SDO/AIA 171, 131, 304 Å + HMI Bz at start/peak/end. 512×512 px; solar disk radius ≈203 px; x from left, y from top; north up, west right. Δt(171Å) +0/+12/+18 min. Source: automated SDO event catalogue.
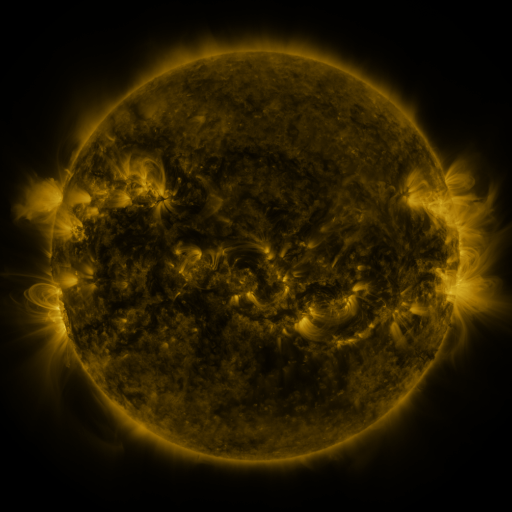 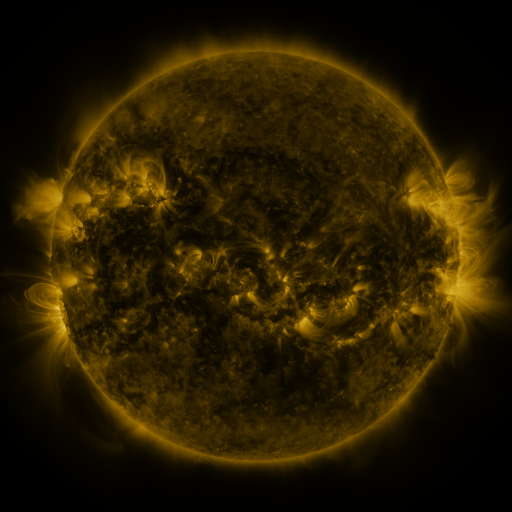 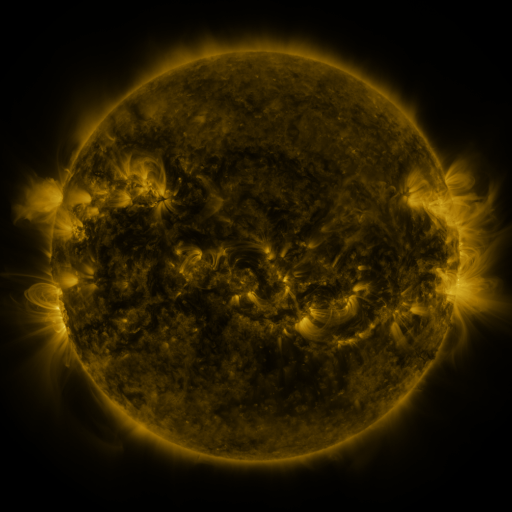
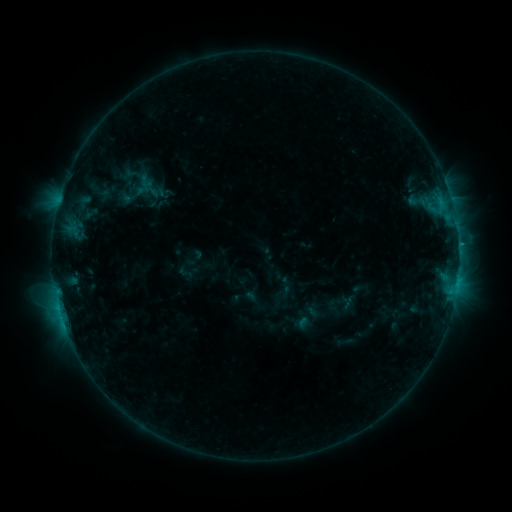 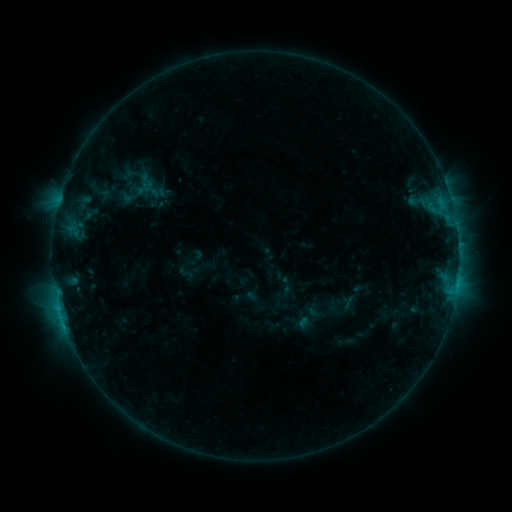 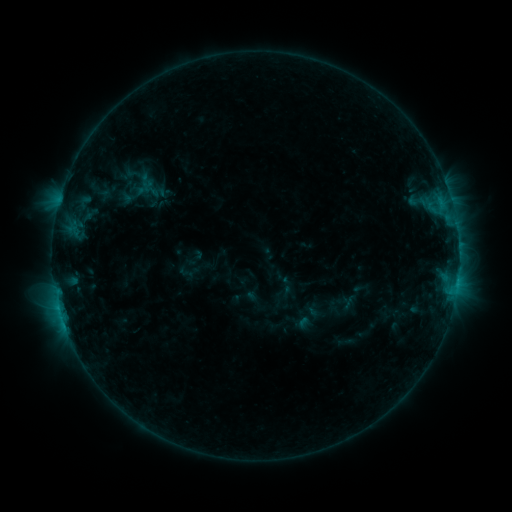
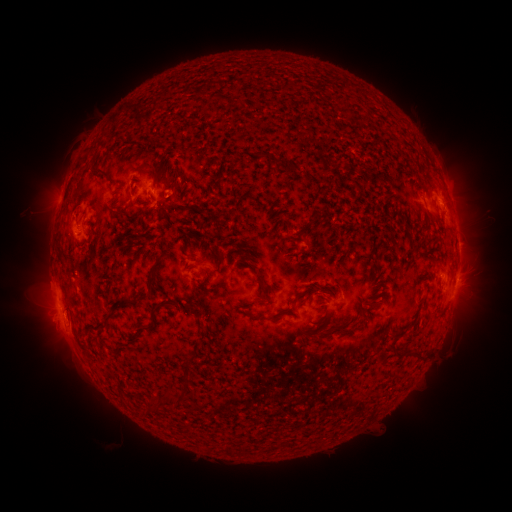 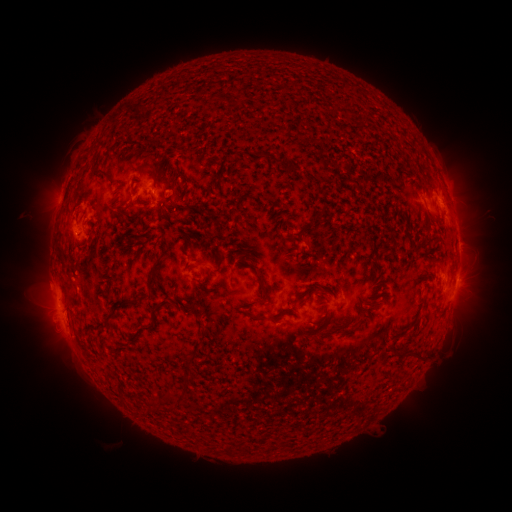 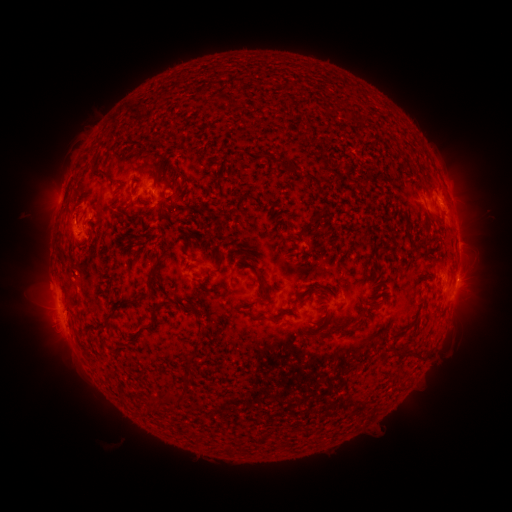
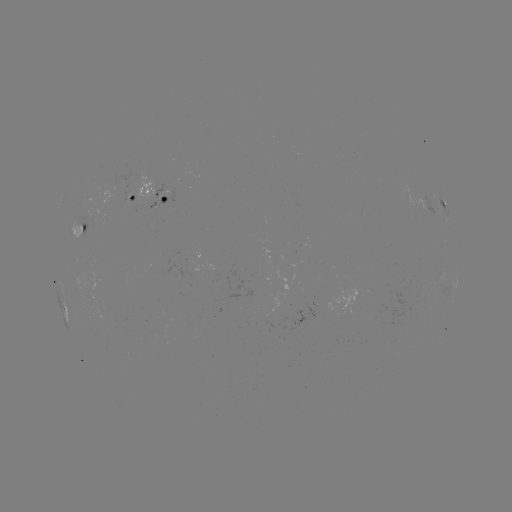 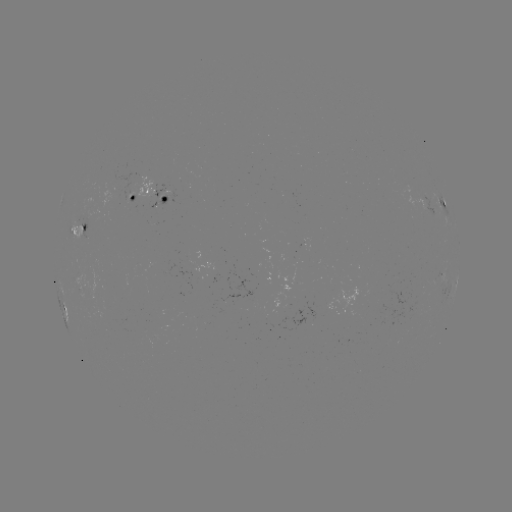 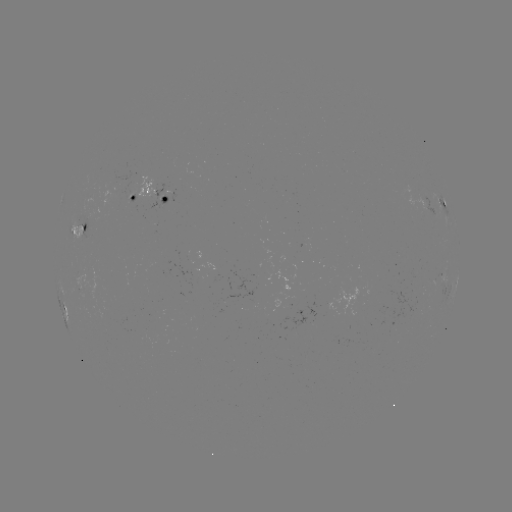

nothing was catalogued: no classed flare, no EUV trigger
